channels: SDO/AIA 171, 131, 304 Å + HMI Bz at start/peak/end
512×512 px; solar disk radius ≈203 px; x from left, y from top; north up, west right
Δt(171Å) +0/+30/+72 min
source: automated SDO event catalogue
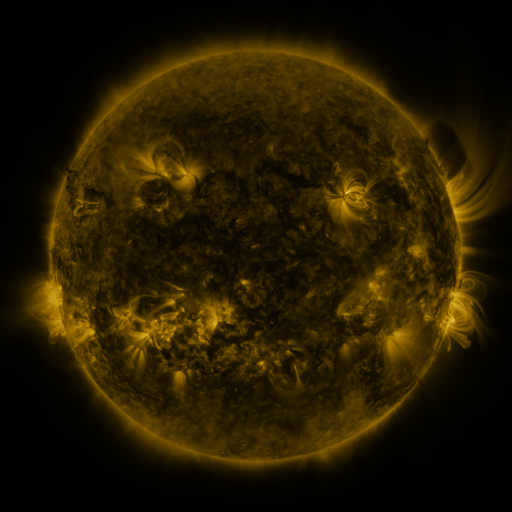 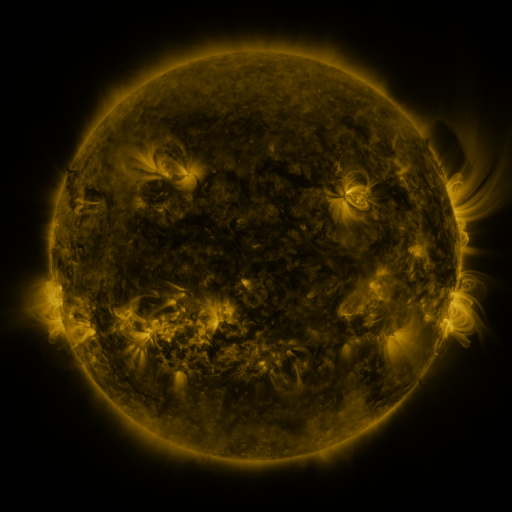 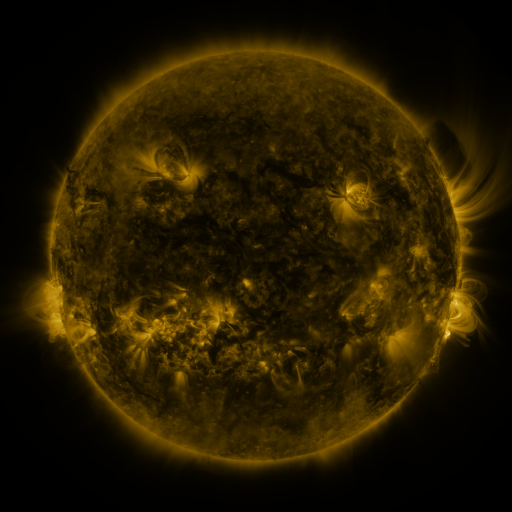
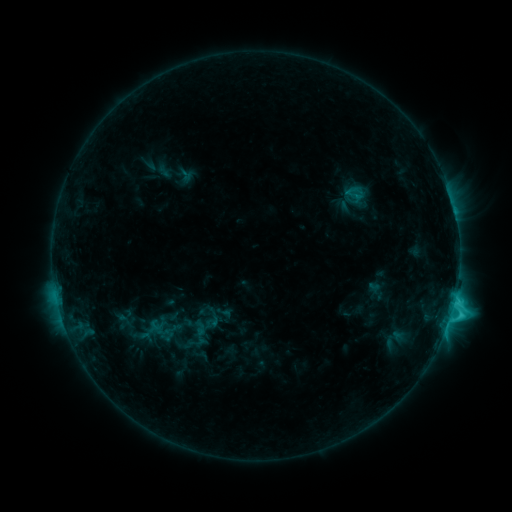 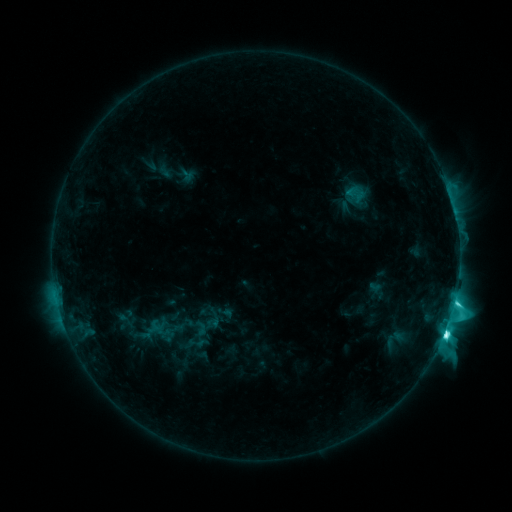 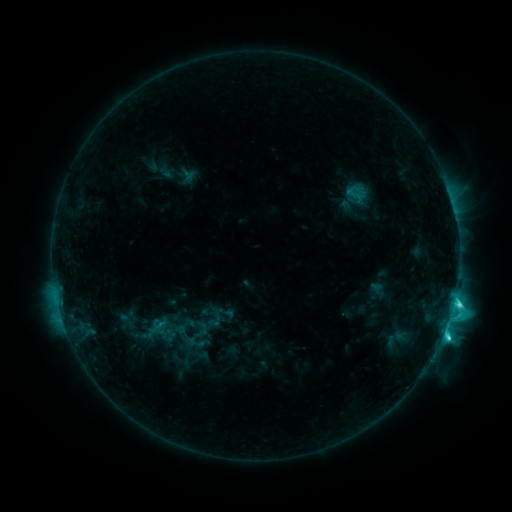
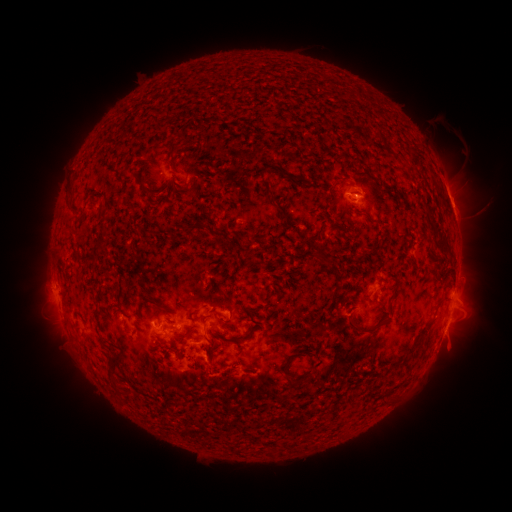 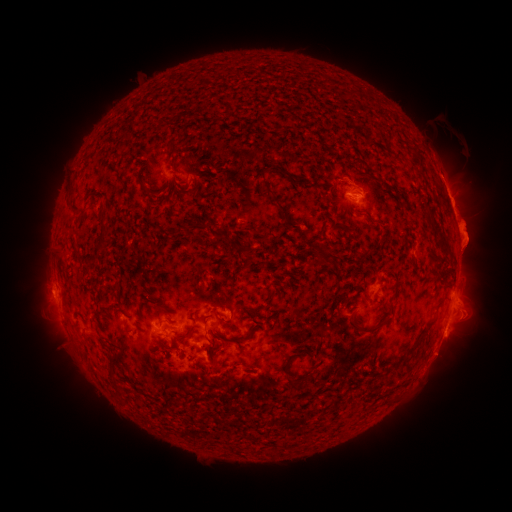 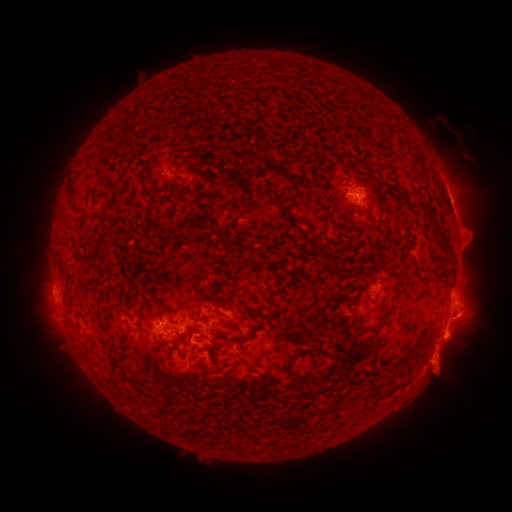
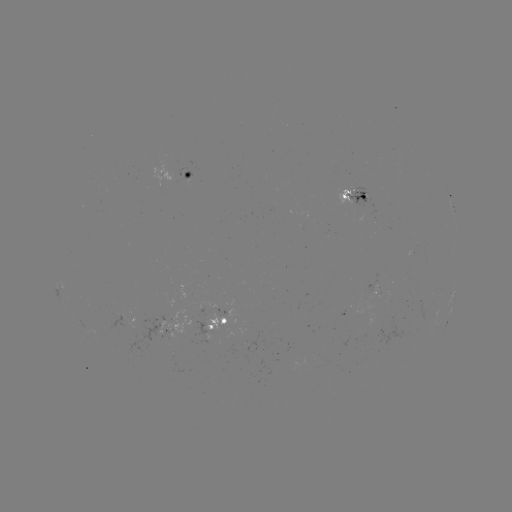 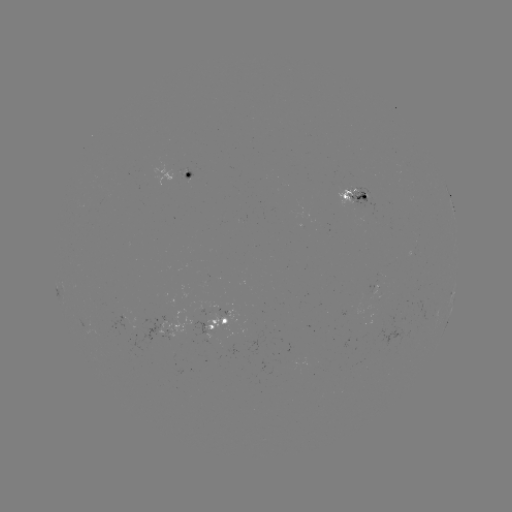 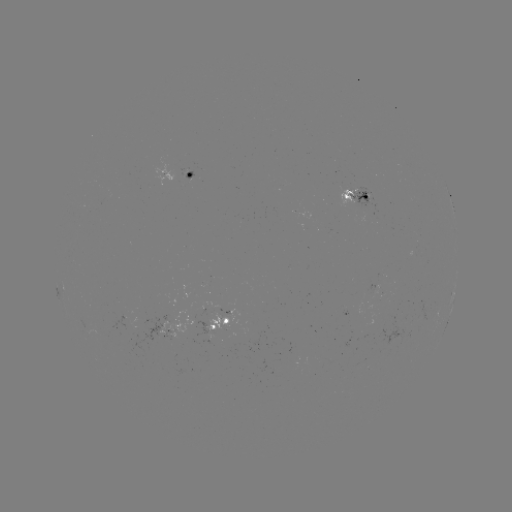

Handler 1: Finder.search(M1.1 flare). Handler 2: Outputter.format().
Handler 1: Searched M1.1 flare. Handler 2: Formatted [444, 332].